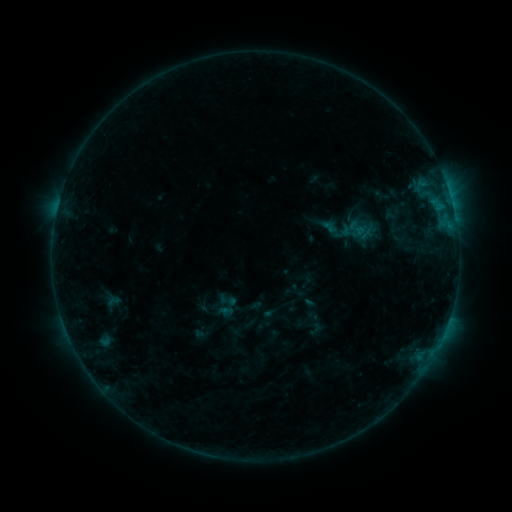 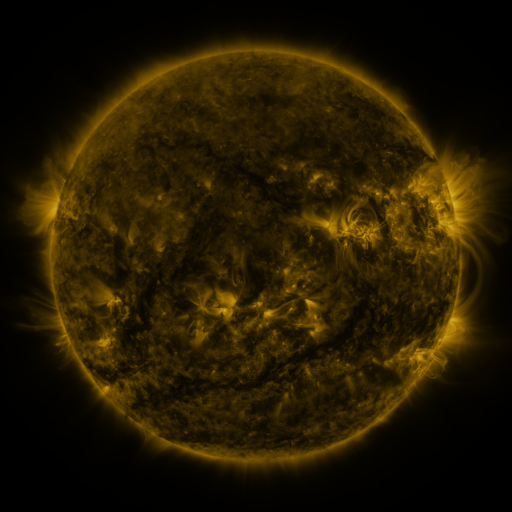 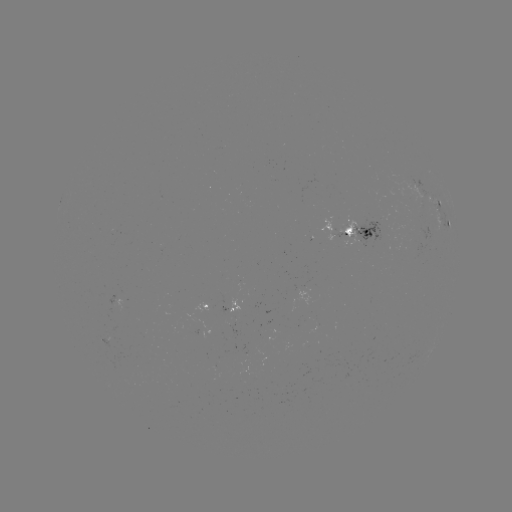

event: sigmoid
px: (356, 228)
